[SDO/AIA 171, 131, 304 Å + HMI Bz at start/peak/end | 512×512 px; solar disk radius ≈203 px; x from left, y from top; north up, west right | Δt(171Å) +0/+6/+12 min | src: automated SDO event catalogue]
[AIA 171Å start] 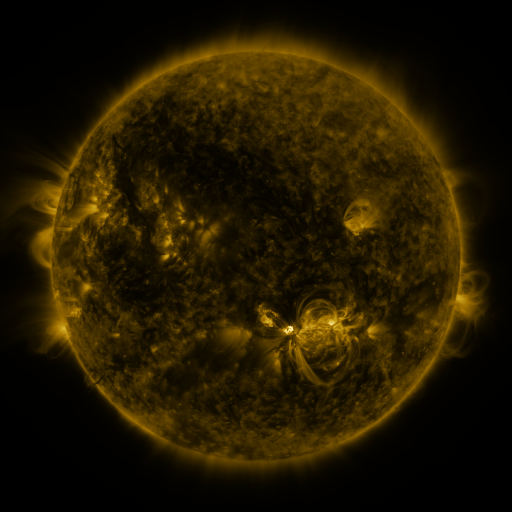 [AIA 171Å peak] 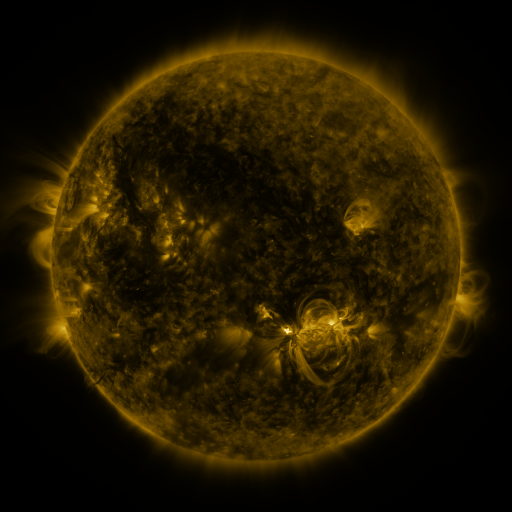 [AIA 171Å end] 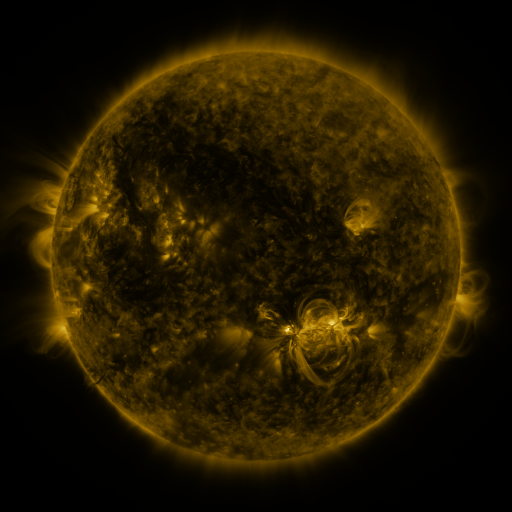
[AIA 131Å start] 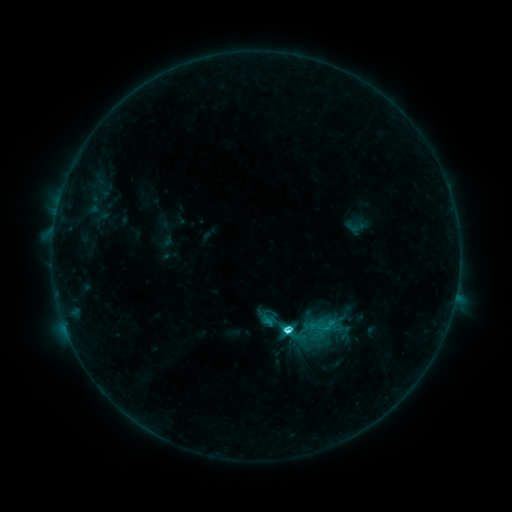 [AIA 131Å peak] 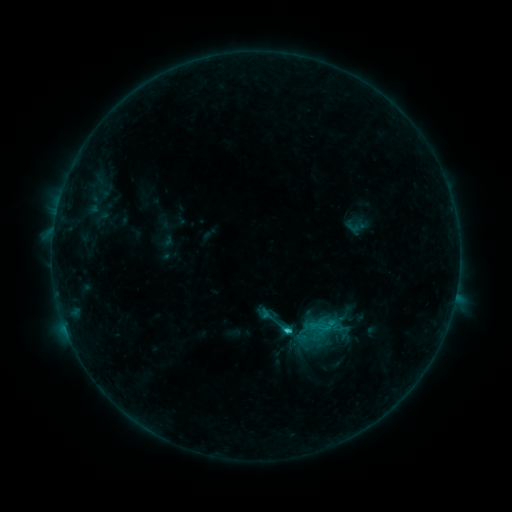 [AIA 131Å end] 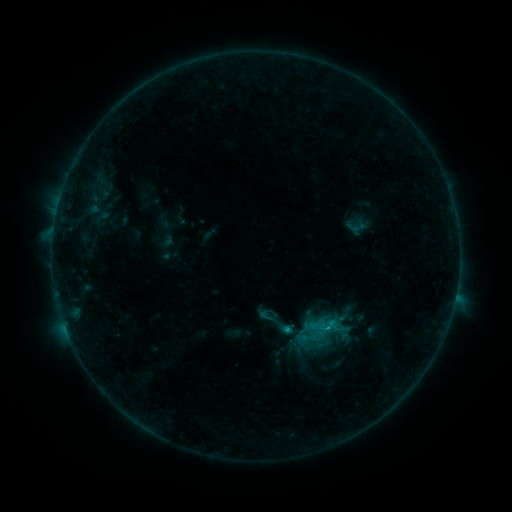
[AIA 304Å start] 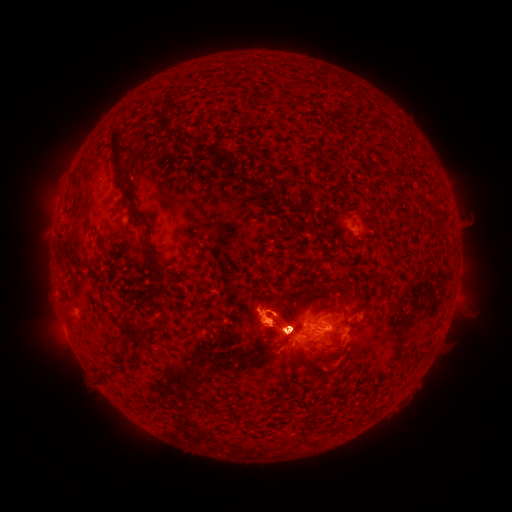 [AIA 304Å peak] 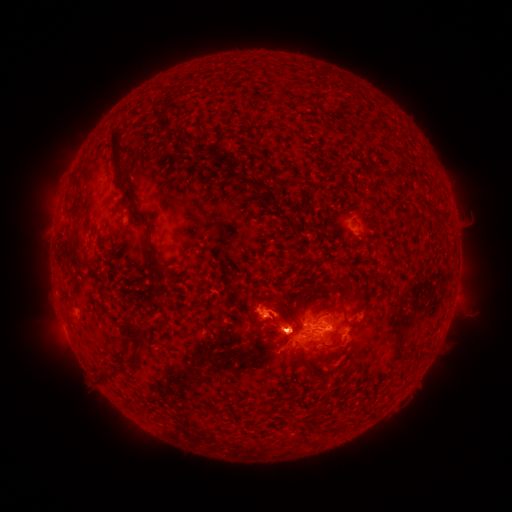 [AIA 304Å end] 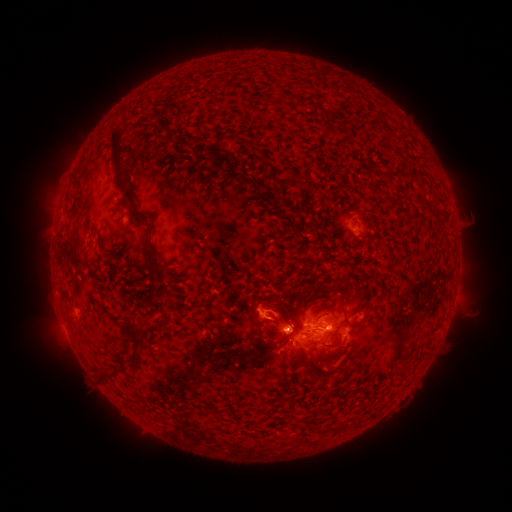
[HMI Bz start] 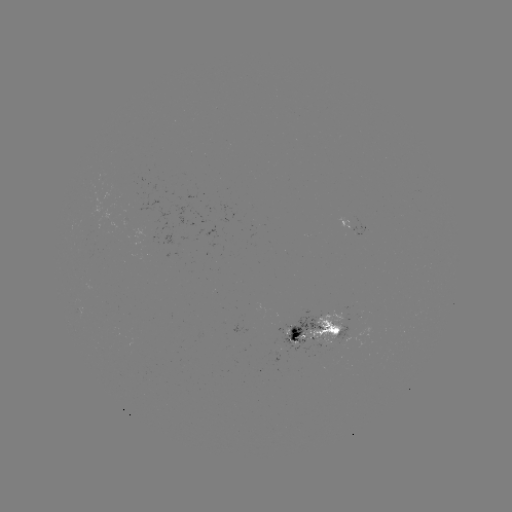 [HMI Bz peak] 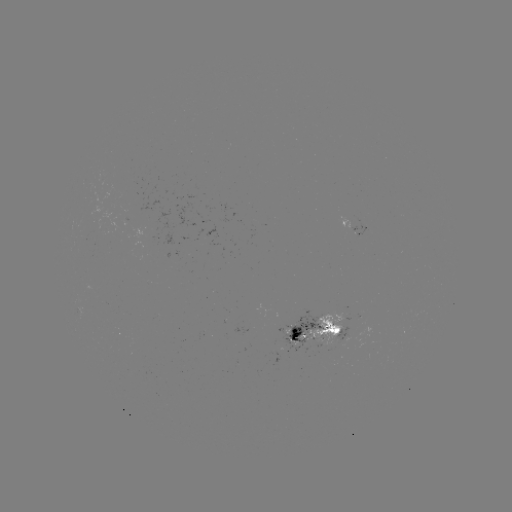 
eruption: (234, 292, 294, 351)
